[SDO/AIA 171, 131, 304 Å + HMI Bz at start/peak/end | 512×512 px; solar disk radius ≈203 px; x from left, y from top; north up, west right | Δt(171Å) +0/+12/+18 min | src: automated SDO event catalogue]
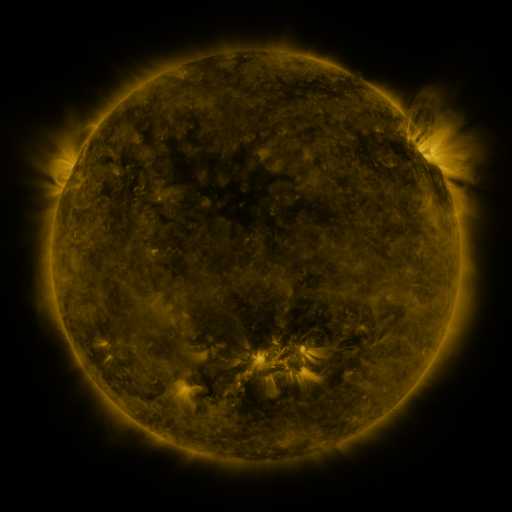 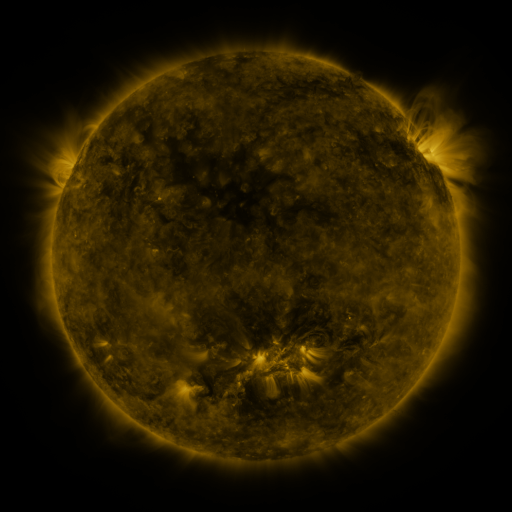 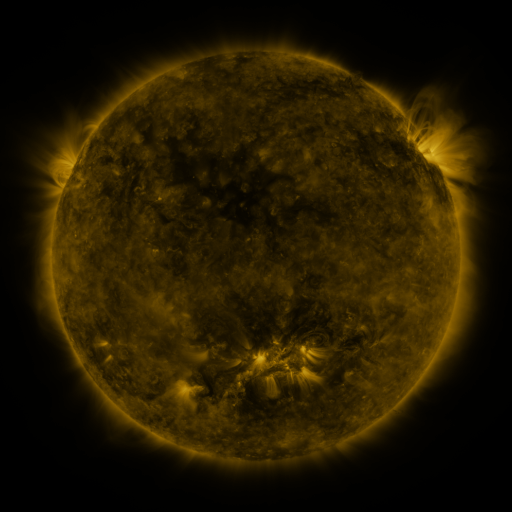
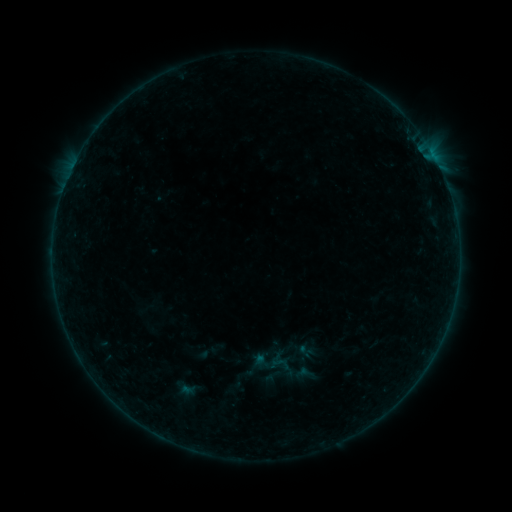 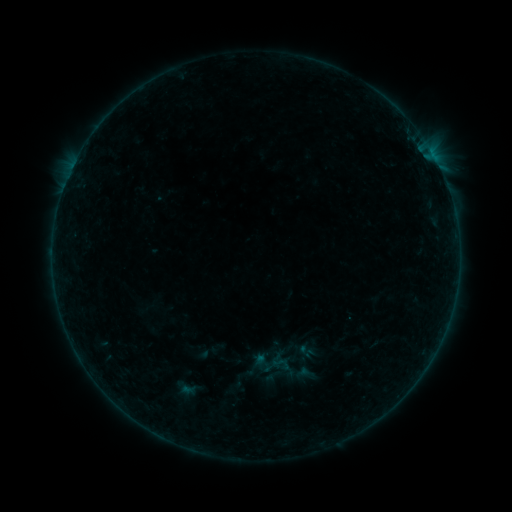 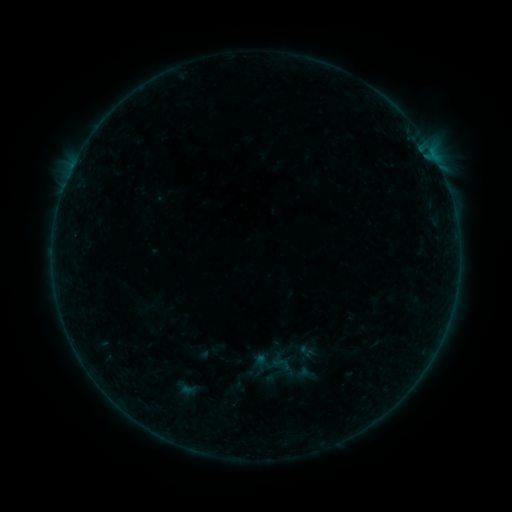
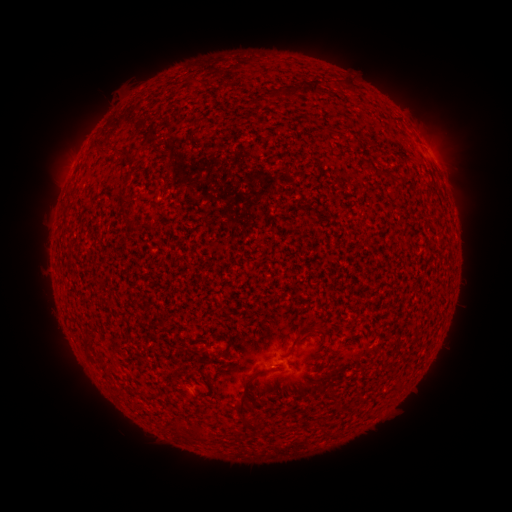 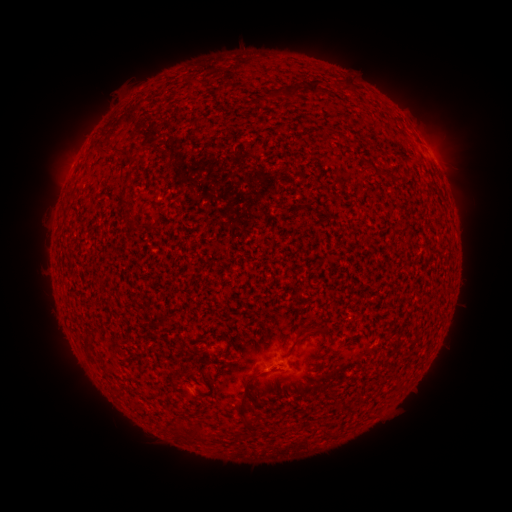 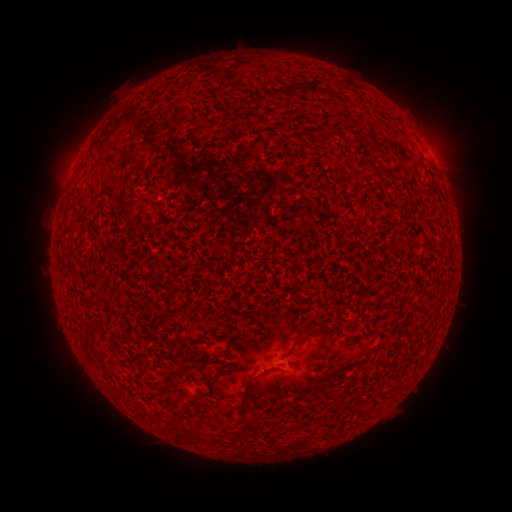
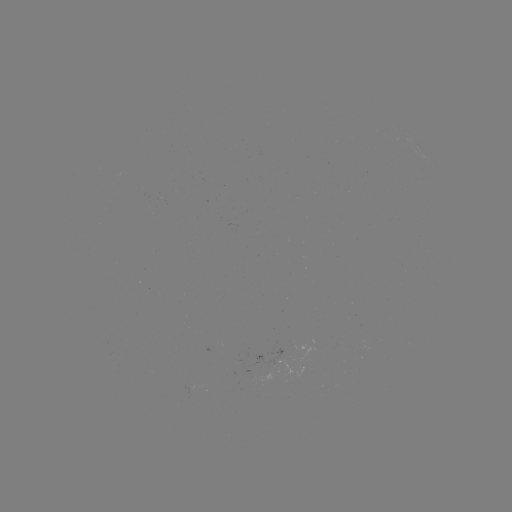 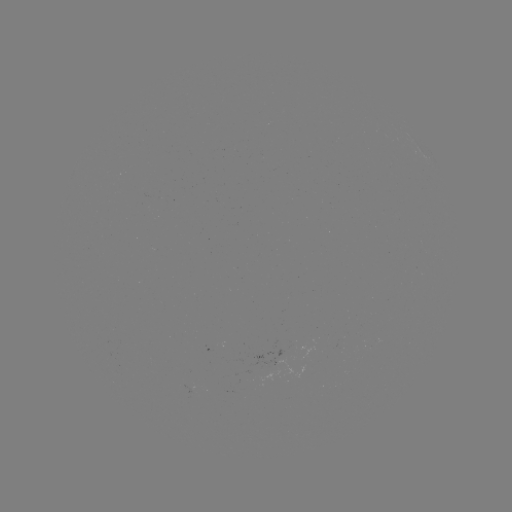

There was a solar eruption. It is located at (261, 375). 